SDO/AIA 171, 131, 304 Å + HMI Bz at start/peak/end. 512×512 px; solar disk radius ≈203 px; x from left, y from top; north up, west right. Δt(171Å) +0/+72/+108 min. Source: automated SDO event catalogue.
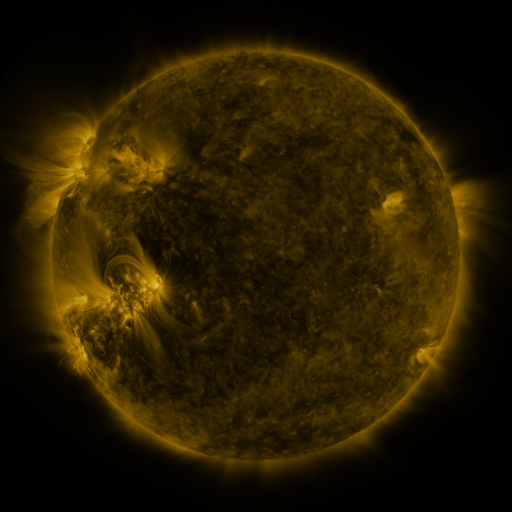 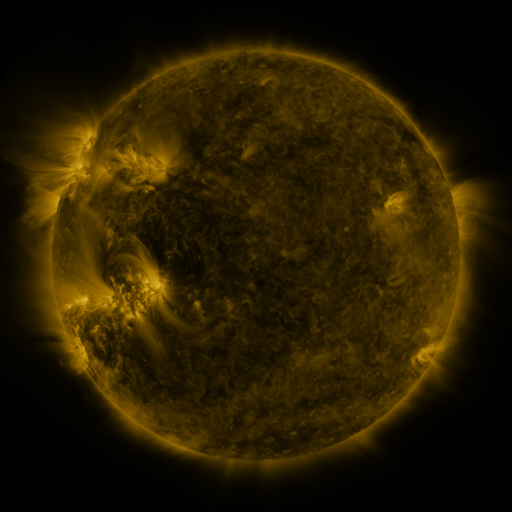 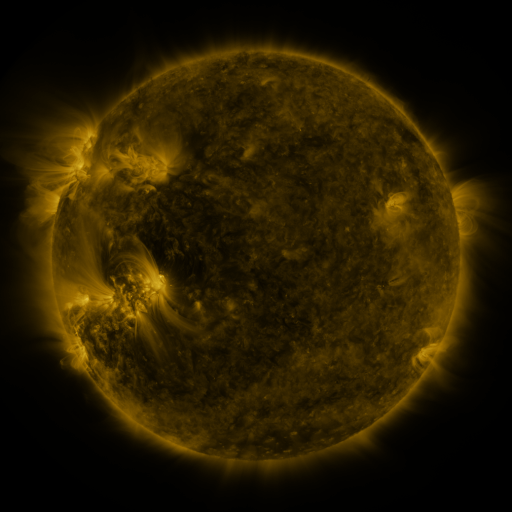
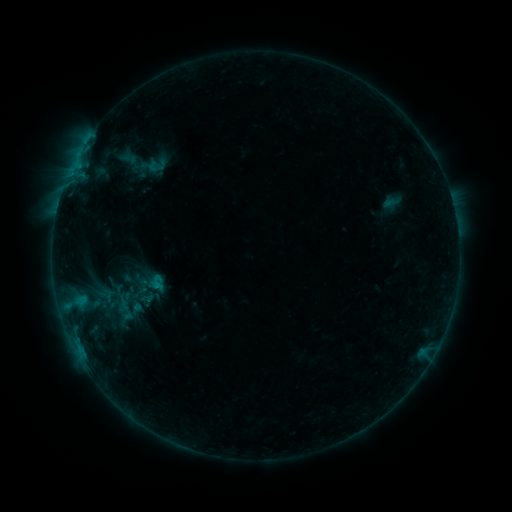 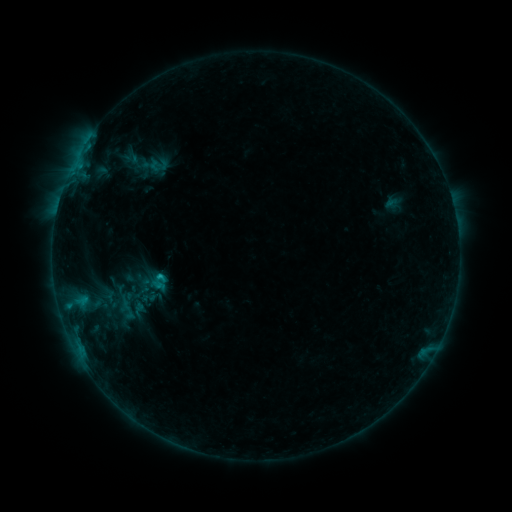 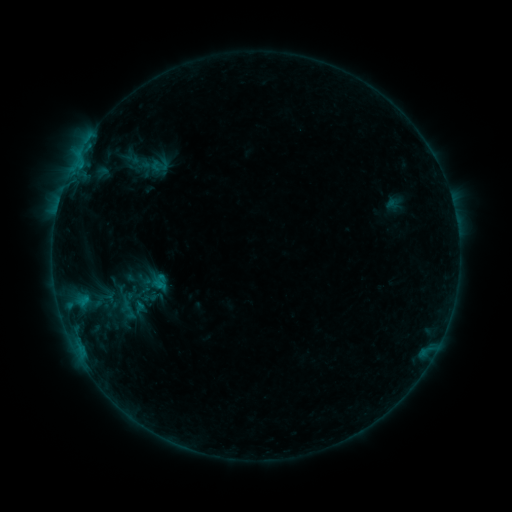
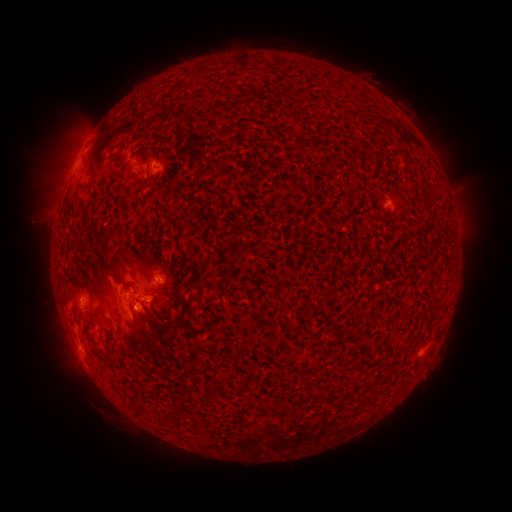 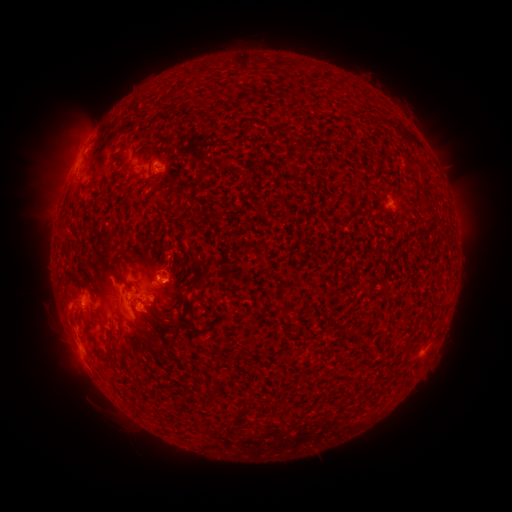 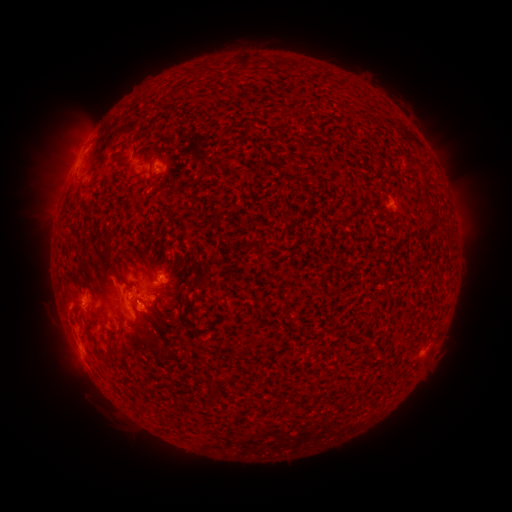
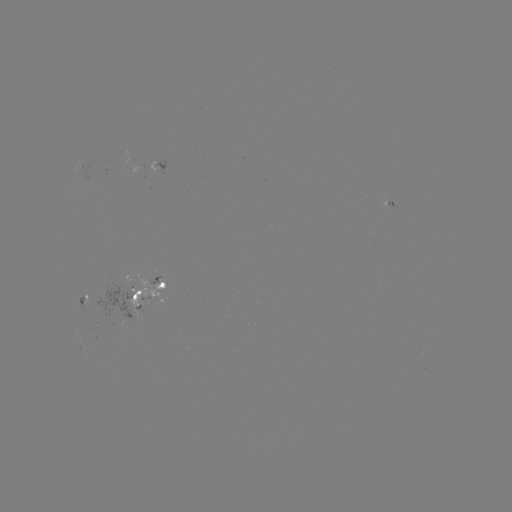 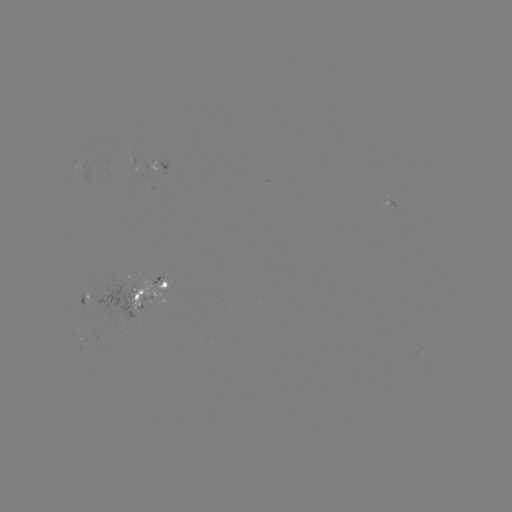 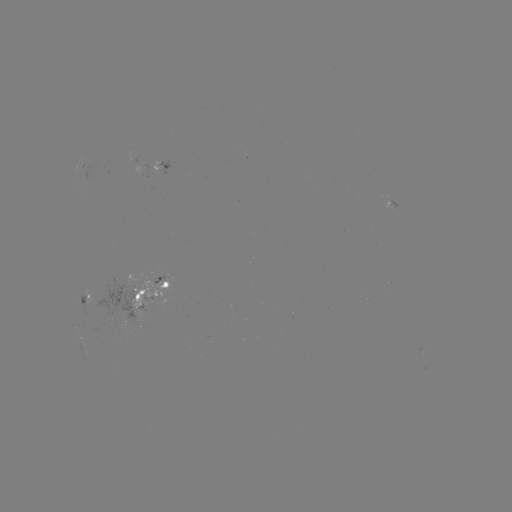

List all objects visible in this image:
emerging-flux region: (132, 293)
